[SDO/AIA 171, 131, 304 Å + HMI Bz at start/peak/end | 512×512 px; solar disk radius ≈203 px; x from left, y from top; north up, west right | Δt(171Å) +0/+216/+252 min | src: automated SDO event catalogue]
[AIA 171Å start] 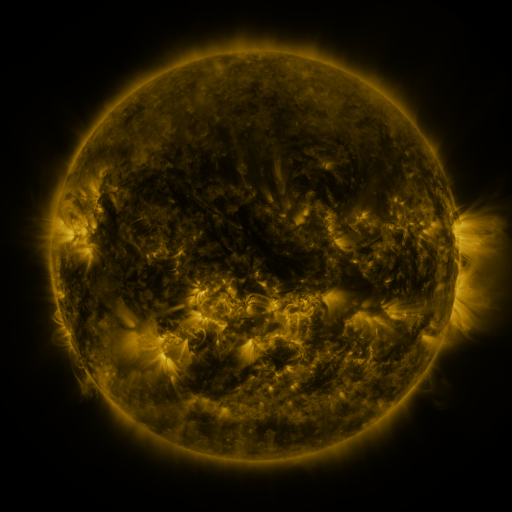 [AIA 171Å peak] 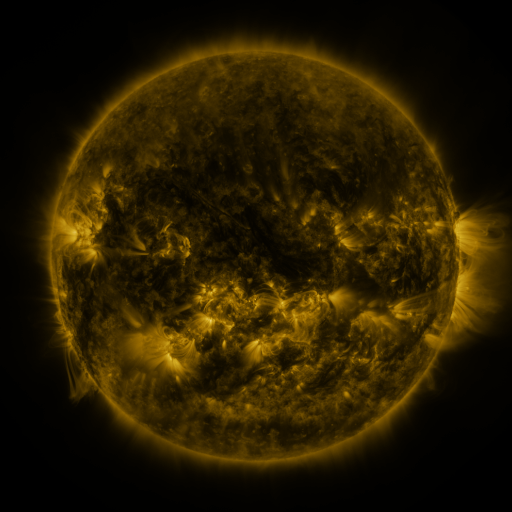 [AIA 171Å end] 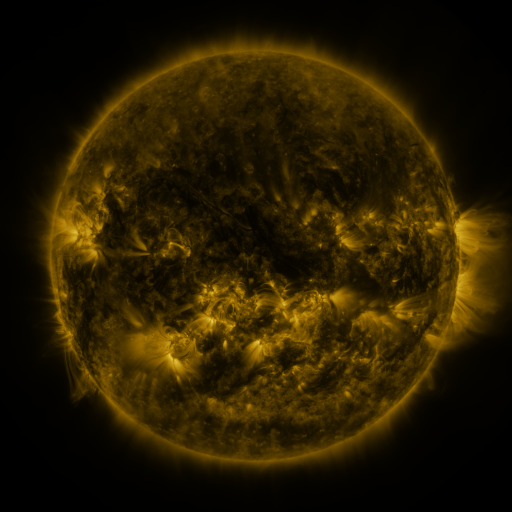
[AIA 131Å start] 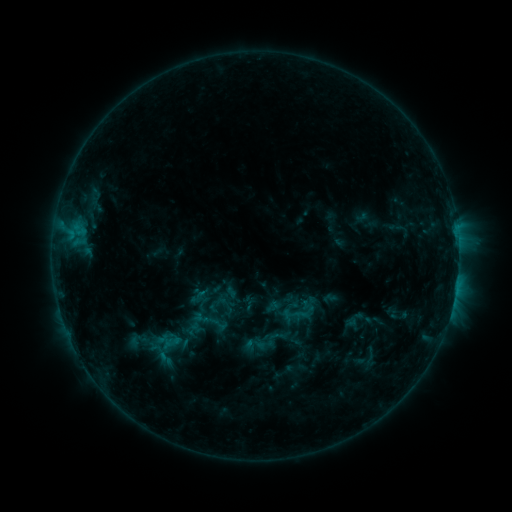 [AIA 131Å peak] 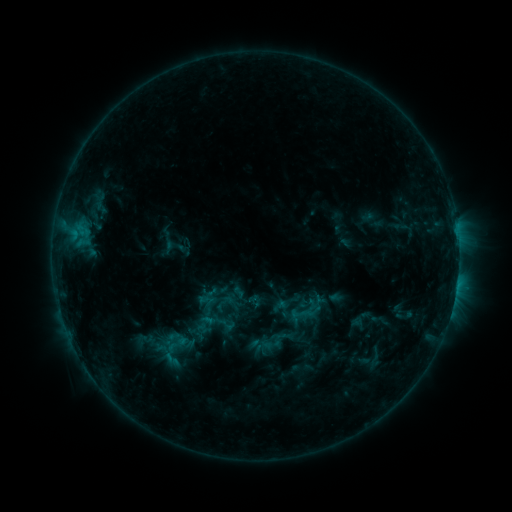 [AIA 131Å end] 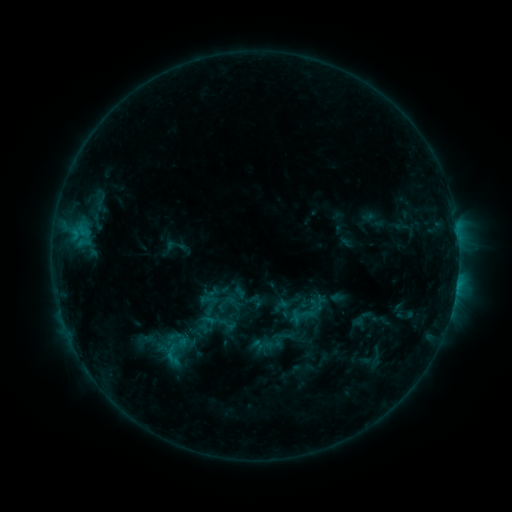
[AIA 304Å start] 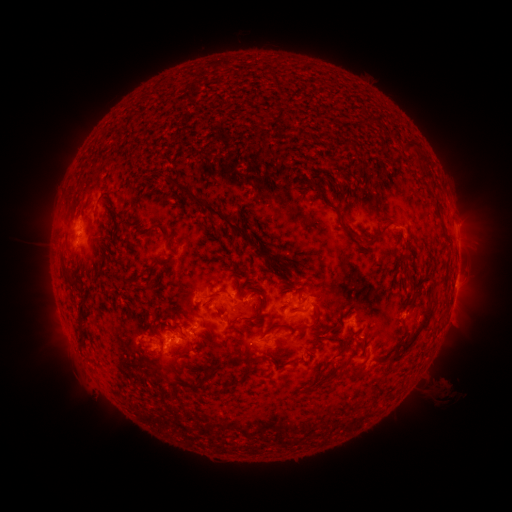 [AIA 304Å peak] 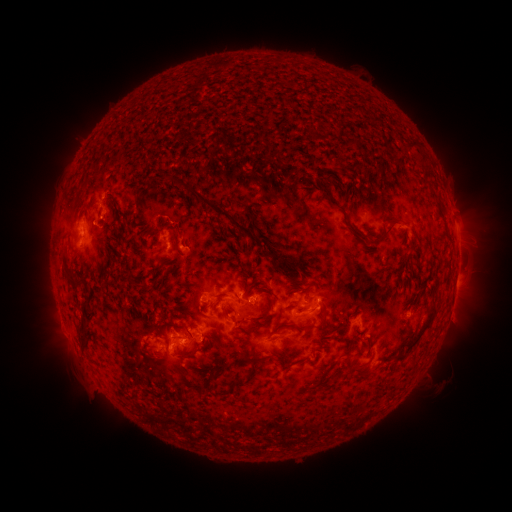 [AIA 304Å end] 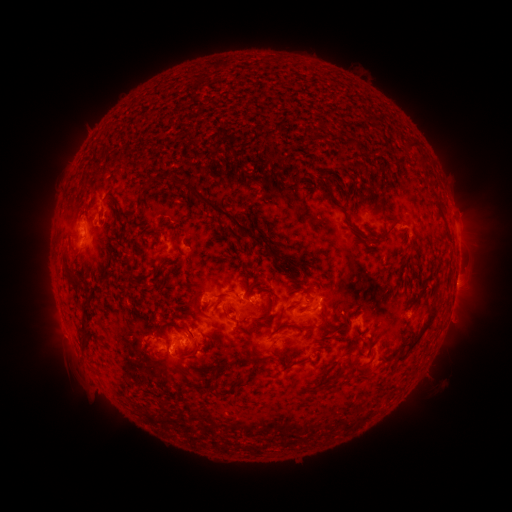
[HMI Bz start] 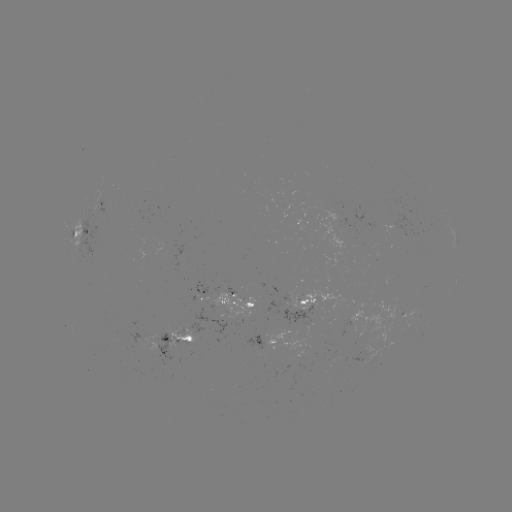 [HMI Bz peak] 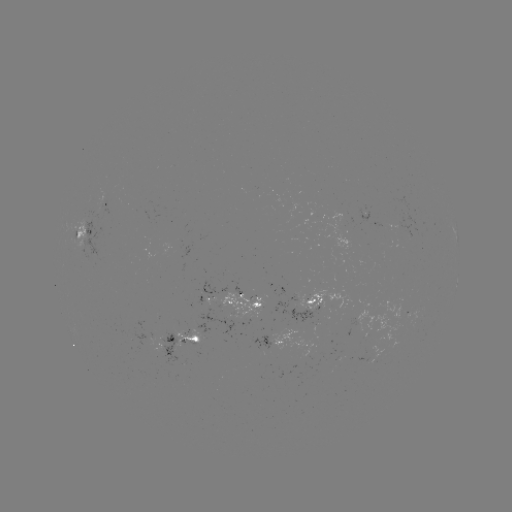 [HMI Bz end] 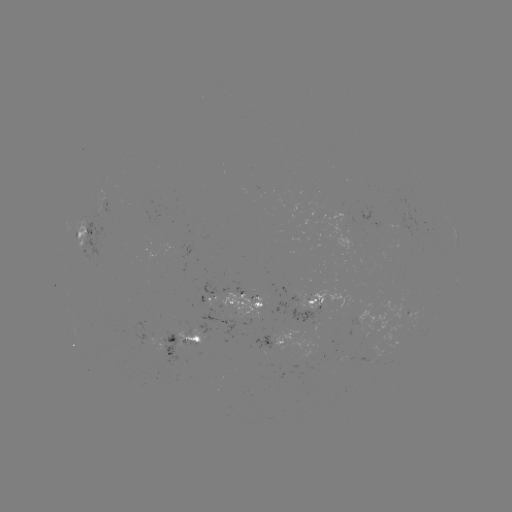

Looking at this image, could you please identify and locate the emerging-flux region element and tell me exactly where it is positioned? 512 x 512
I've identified emerging-flux region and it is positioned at [210, 297].